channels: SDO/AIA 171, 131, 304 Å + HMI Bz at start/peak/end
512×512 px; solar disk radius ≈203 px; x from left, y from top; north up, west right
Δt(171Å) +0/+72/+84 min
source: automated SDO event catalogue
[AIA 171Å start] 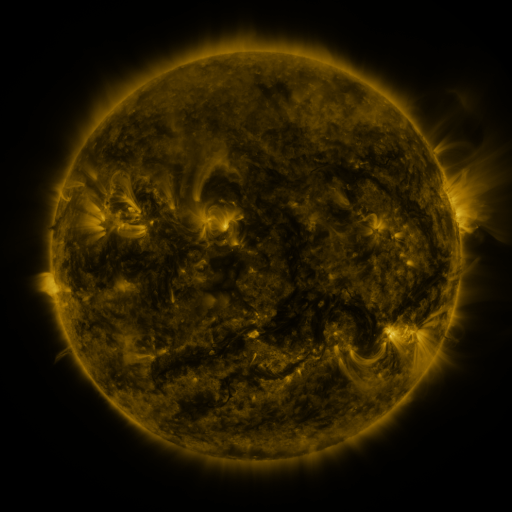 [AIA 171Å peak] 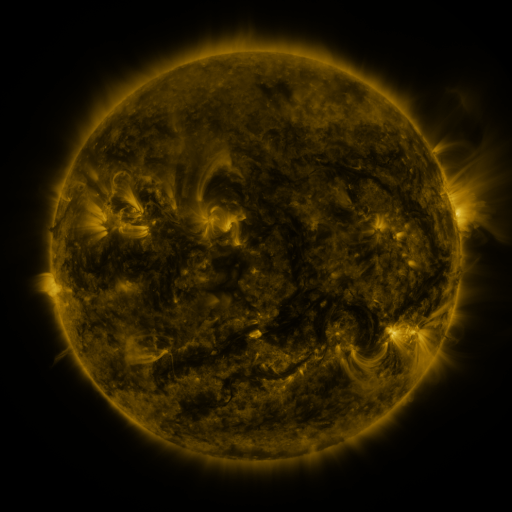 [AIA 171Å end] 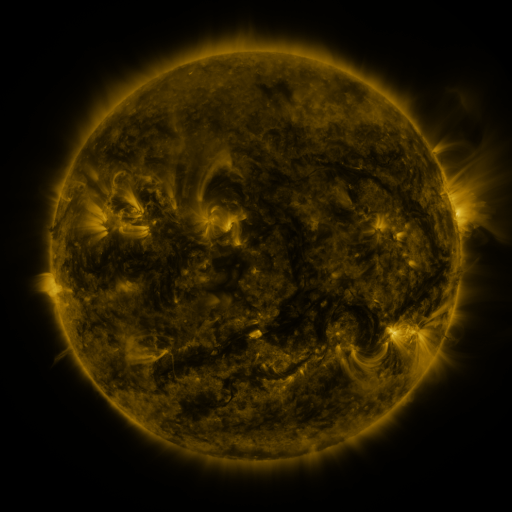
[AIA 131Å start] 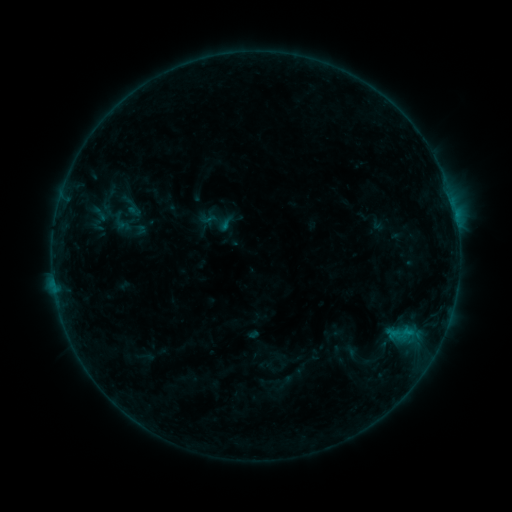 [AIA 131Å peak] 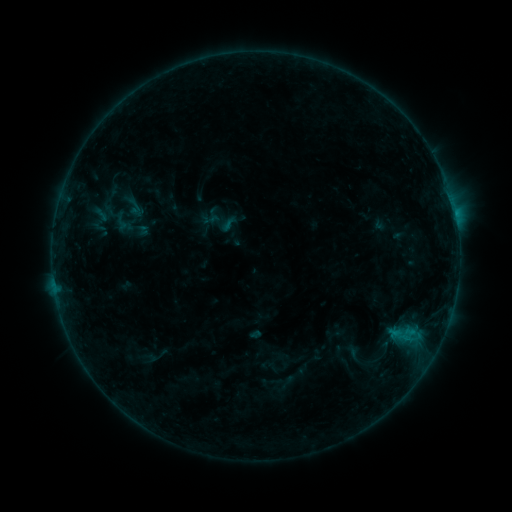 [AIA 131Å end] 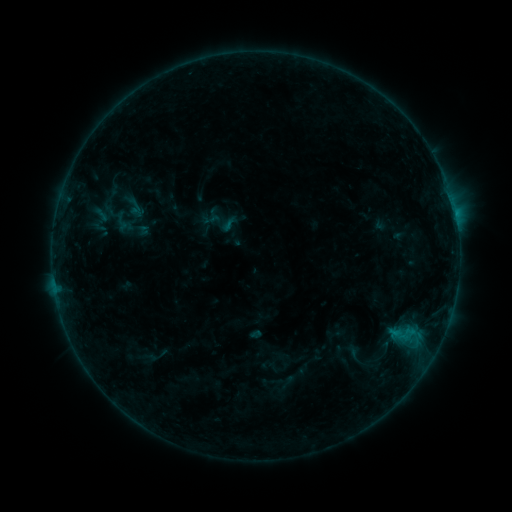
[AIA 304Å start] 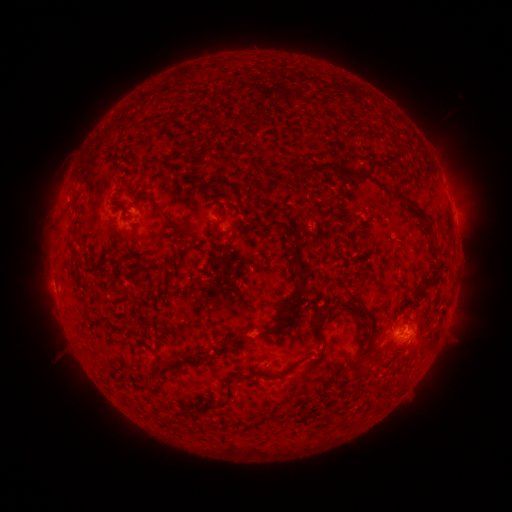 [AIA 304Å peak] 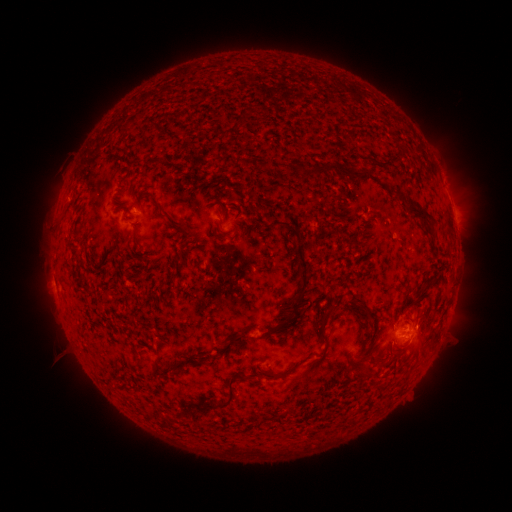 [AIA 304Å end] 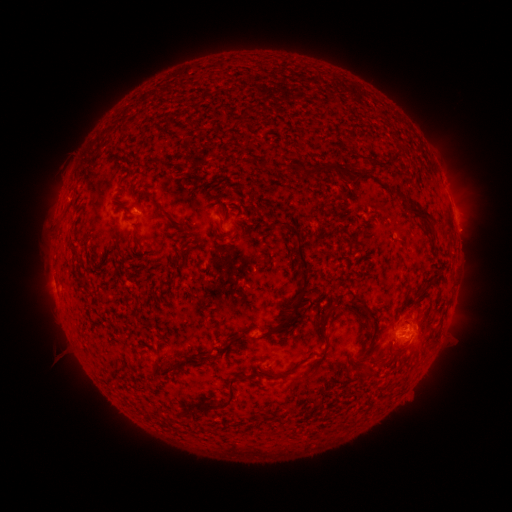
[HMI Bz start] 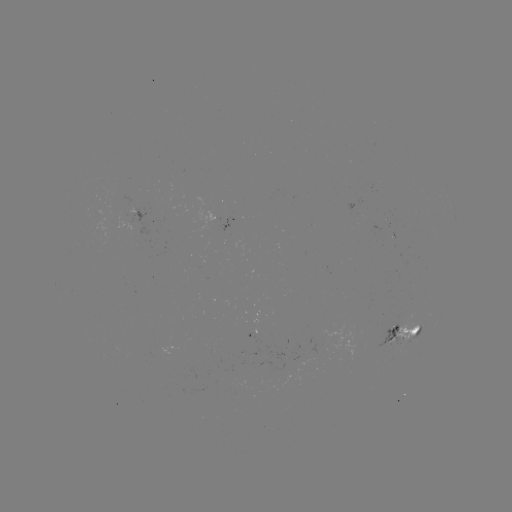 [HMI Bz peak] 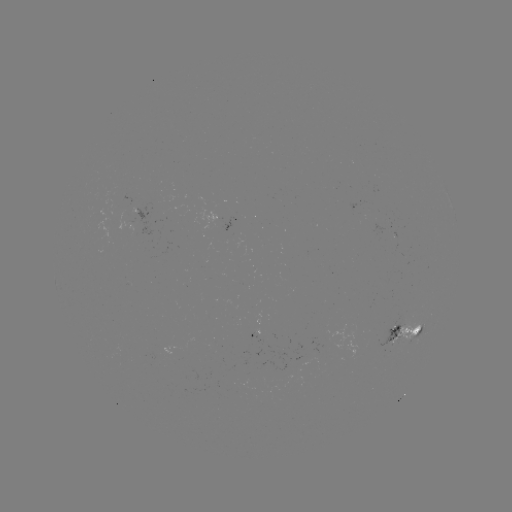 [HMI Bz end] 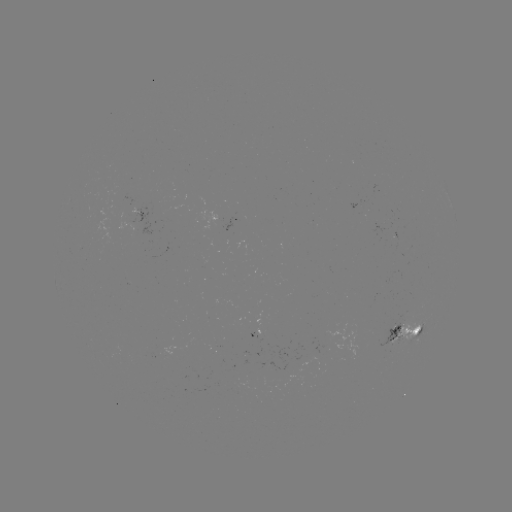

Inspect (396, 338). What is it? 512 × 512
emerging-flux region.